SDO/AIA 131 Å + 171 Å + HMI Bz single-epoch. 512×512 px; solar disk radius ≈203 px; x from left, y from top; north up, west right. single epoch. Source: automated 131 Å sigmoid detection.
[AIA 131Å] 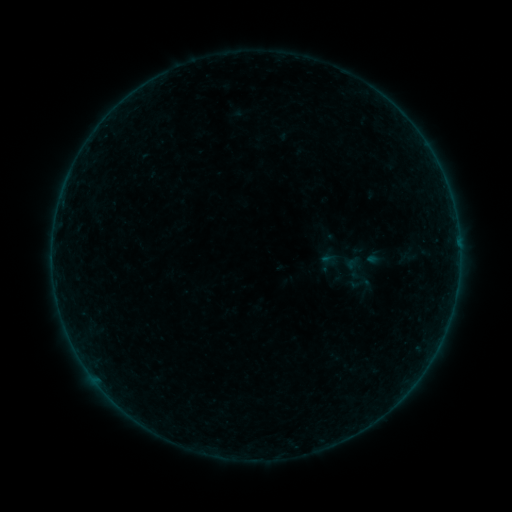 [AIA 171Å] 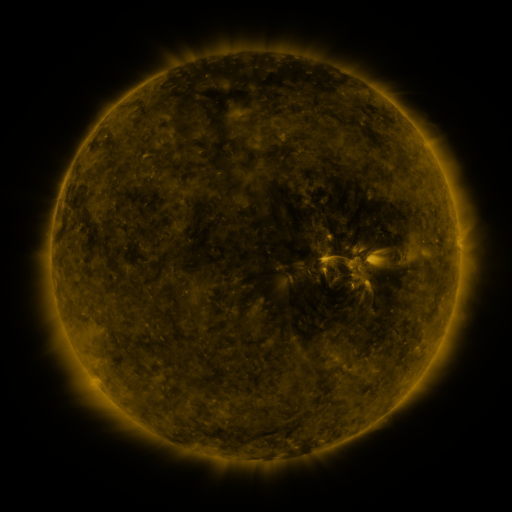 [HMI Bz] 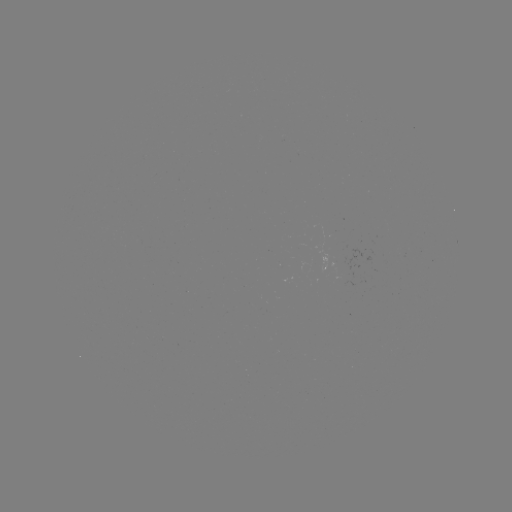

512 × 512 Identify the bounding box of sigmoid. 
[347, 270, 374, 298].